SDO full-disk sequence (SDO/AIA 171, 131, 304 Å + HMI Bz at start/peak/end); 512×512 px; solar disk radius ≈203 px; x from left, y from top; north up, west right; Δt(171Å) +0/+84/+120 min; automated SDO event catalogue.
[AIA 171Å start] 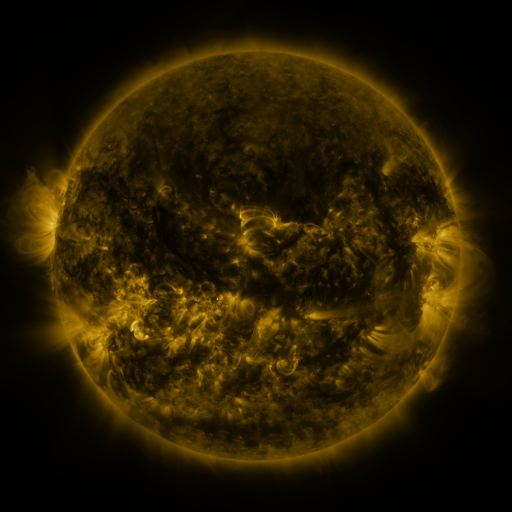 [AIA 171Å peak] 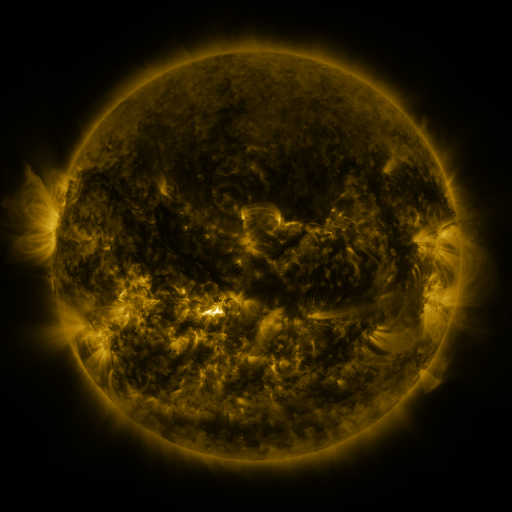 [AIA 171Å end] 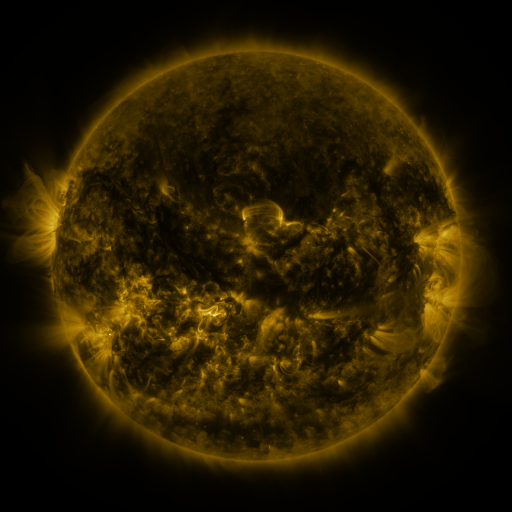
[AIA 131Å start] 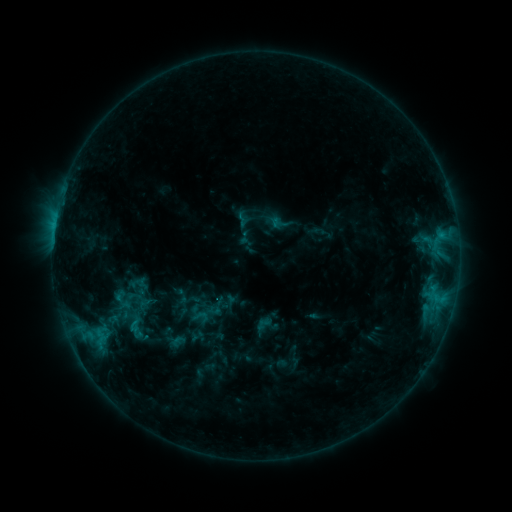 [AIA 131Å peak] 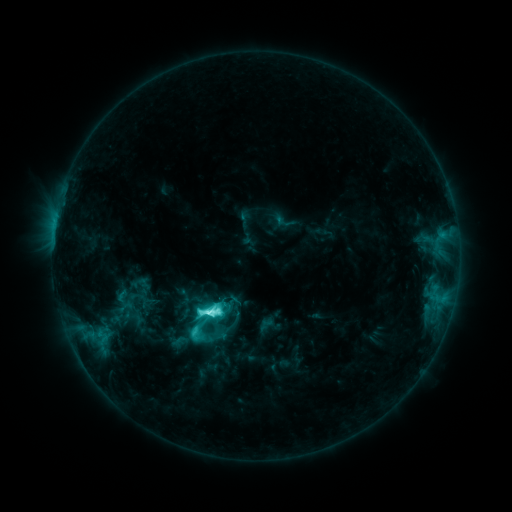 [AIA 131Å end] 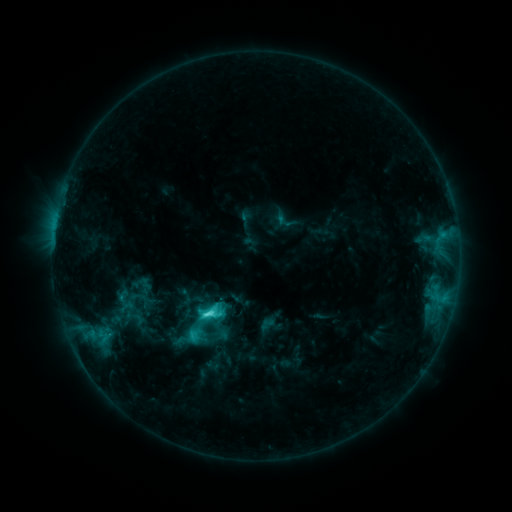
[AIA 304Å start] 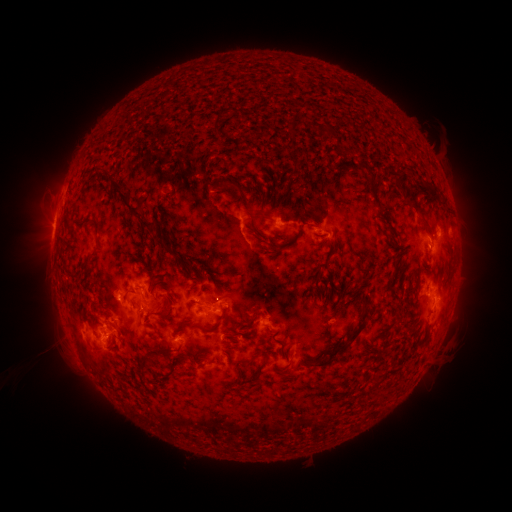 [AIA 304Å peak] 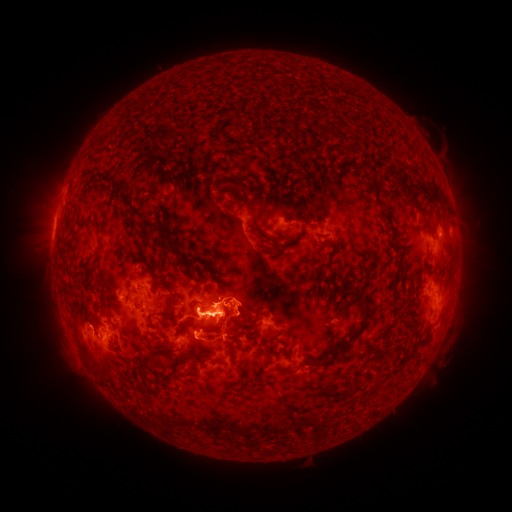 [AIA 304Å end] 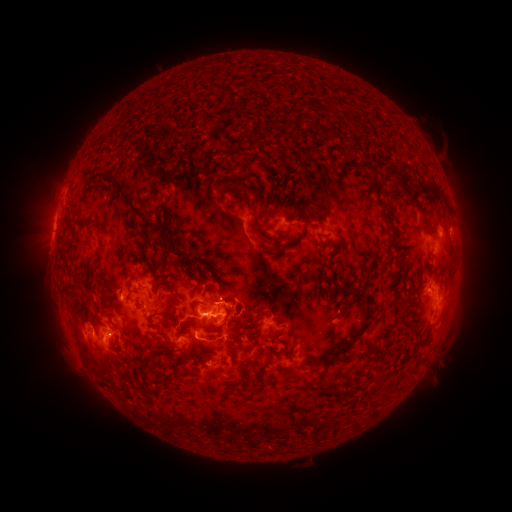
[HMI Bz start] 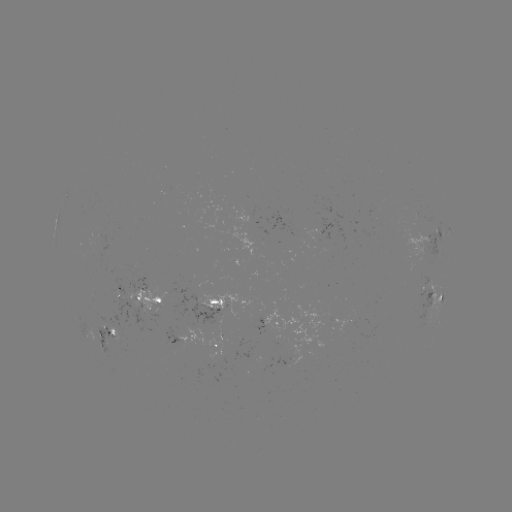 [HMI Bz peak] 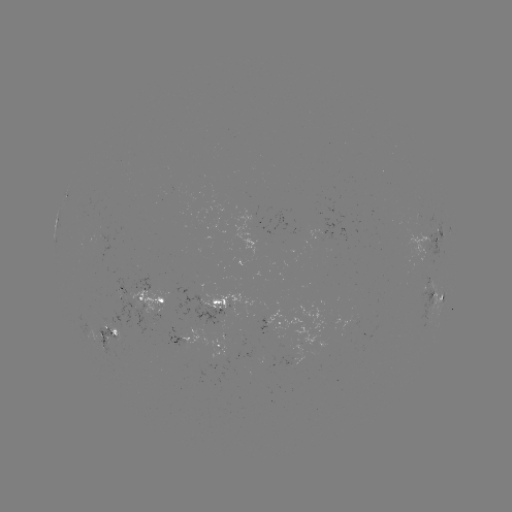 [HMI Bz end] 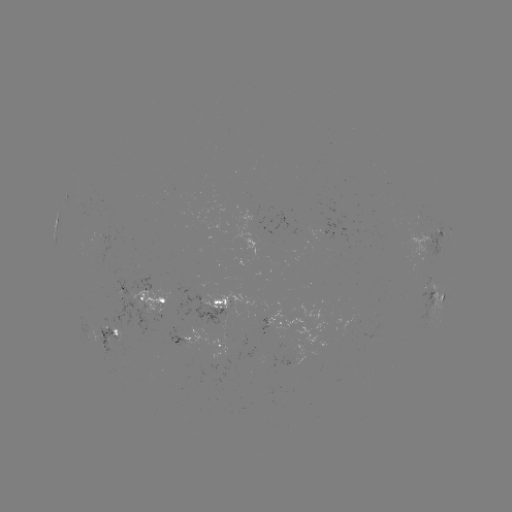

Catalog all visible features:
emerging-flux region: (254, 355)
